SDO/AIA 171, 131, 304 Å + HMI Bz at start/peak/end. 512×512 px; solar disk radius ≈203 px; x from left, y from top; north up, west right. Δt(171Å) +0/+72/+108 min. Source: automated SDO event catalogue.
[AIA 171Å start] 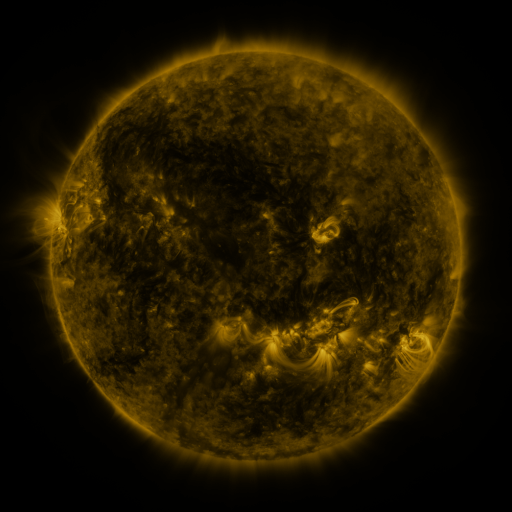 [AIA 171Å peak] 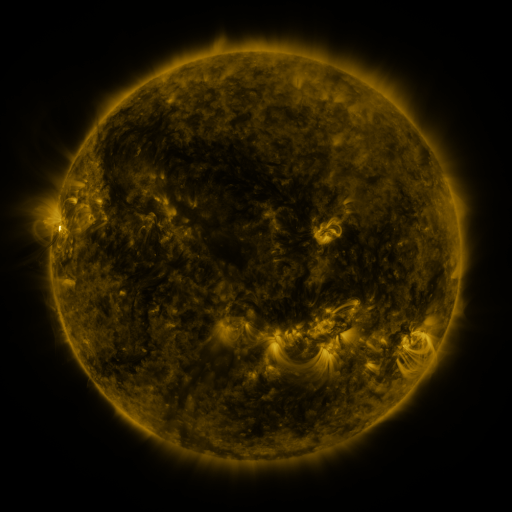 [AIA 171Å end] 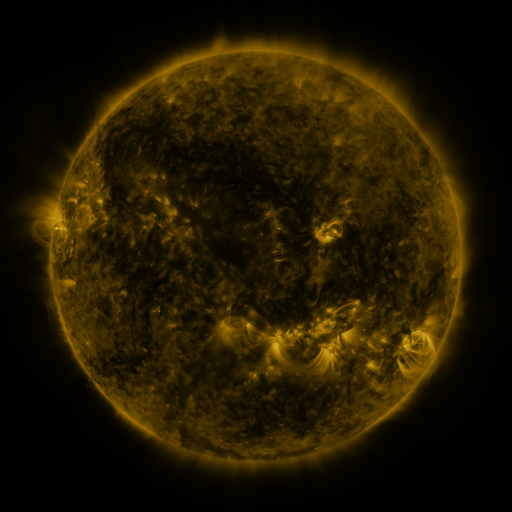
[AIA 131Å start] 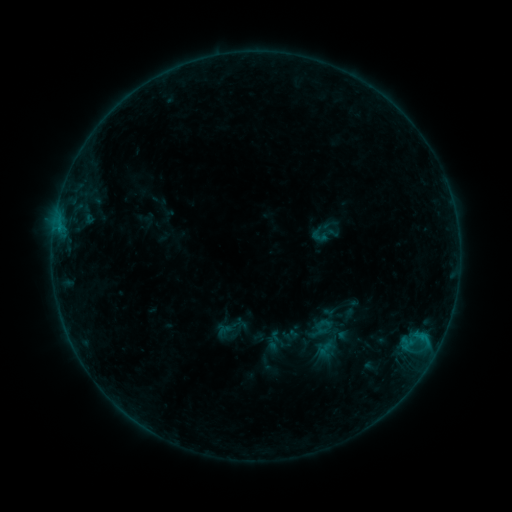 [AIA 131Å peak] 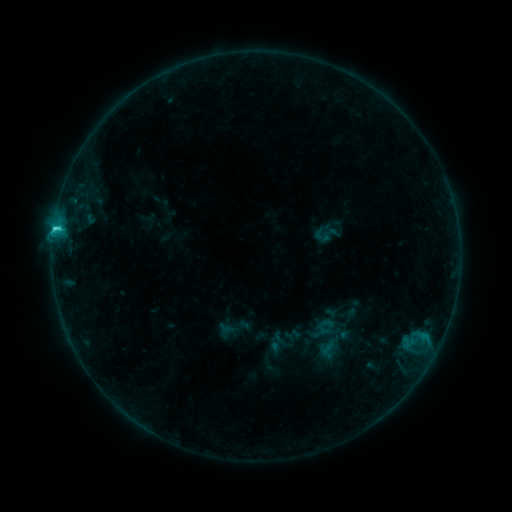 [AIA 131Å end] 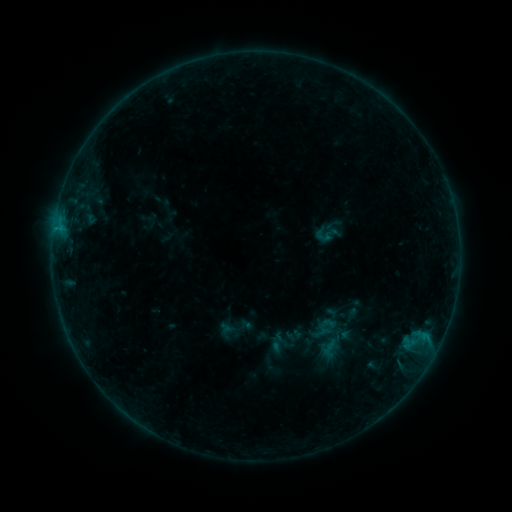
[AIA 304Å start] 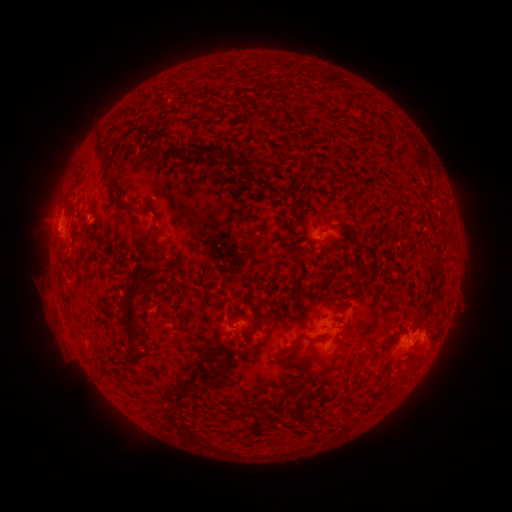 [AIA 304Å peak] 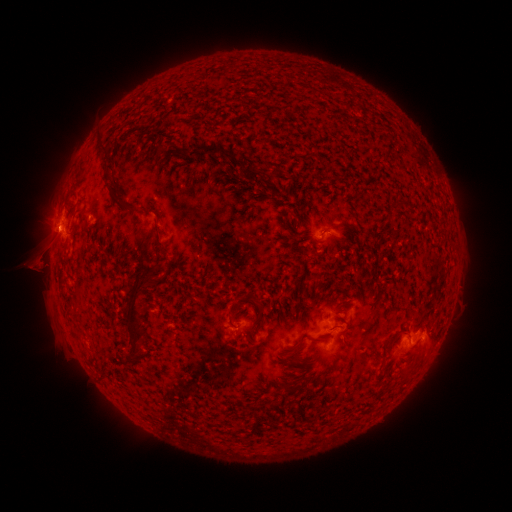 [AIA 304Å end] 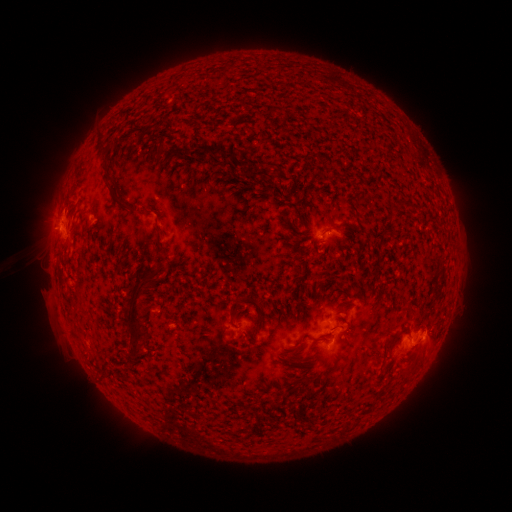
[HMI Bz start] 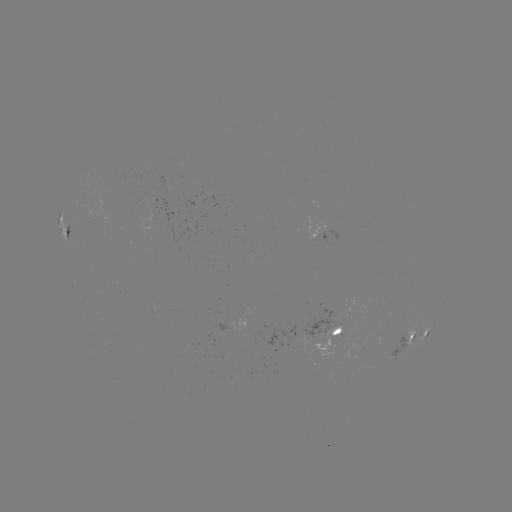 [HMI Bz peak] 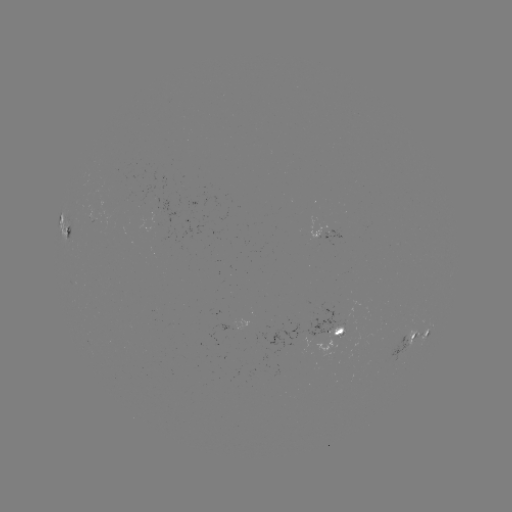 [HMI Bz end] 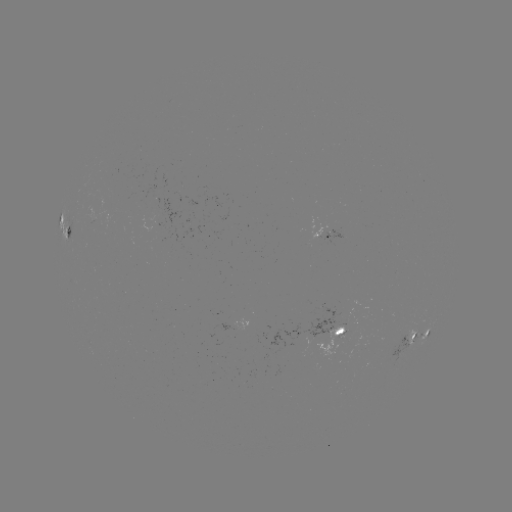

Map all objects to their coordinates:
emerging-flux region: (229, 329)
